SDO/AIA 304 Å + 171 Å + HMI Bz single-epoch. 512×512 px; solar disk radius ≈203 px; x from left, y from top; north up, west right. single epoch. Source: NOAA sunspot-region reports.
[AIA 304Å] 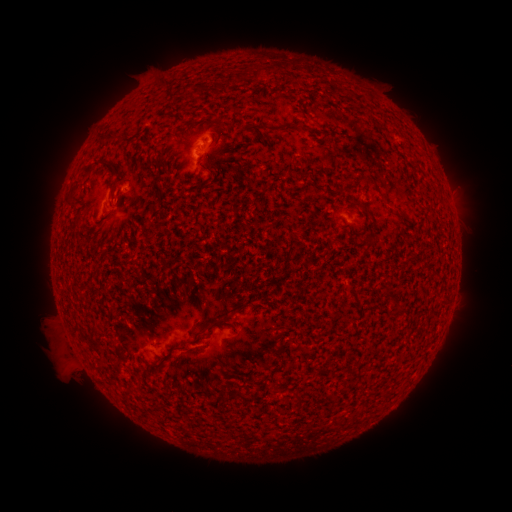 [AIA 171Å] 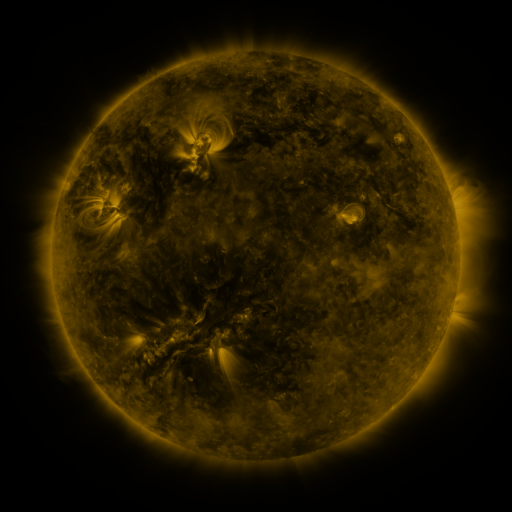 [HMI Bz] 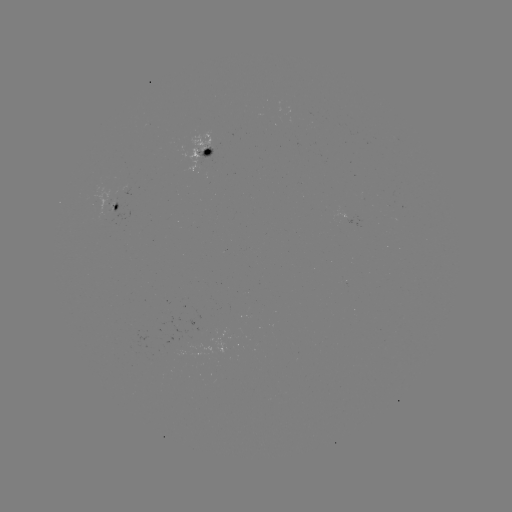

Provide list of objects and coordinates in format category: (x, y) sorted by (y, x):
spotted active region: (210, 151)
spotted active region: (122, 200)
spotted active region: (356, 220)
